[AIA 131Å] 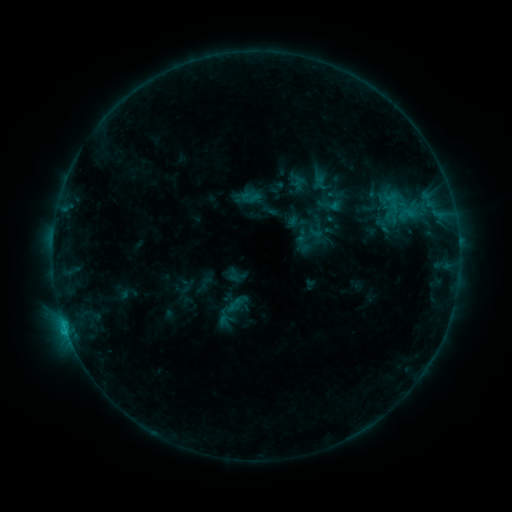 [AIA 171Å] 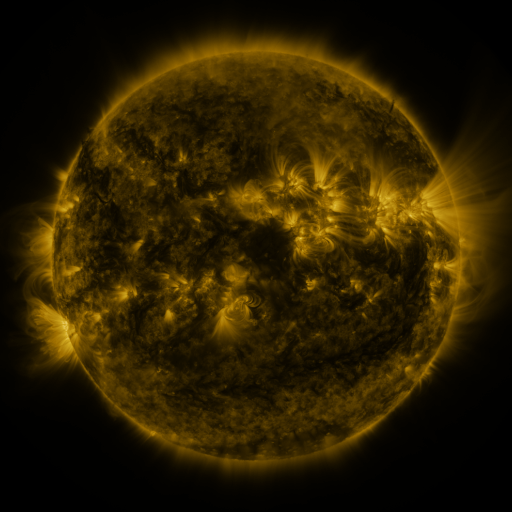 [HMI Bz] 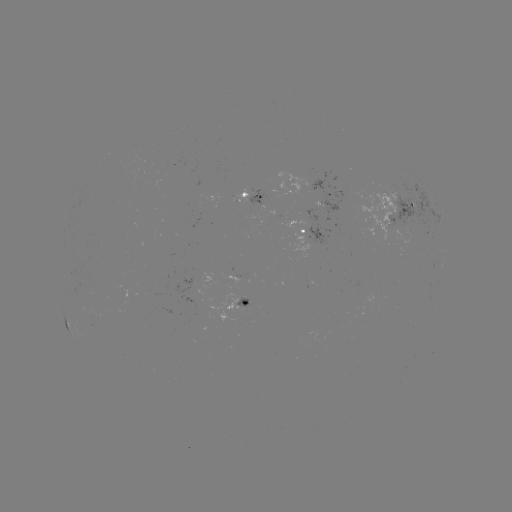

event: sigmoid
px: (382, 226)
